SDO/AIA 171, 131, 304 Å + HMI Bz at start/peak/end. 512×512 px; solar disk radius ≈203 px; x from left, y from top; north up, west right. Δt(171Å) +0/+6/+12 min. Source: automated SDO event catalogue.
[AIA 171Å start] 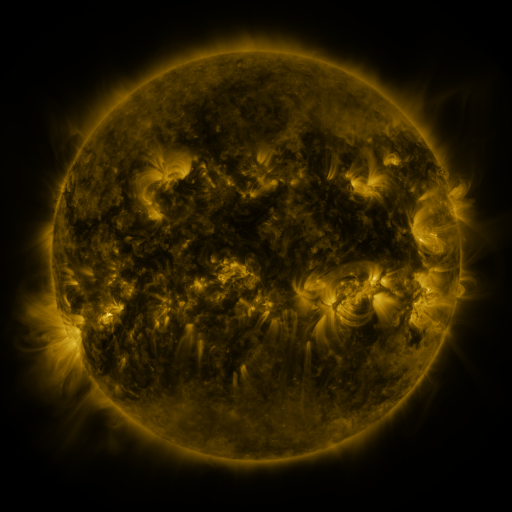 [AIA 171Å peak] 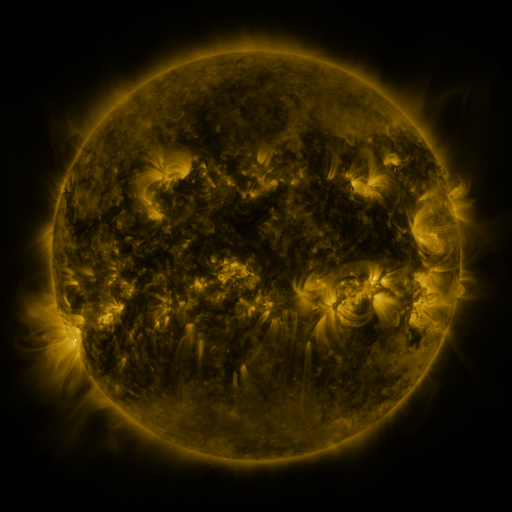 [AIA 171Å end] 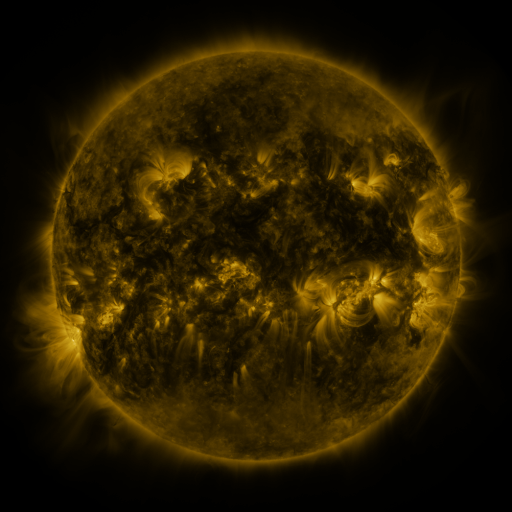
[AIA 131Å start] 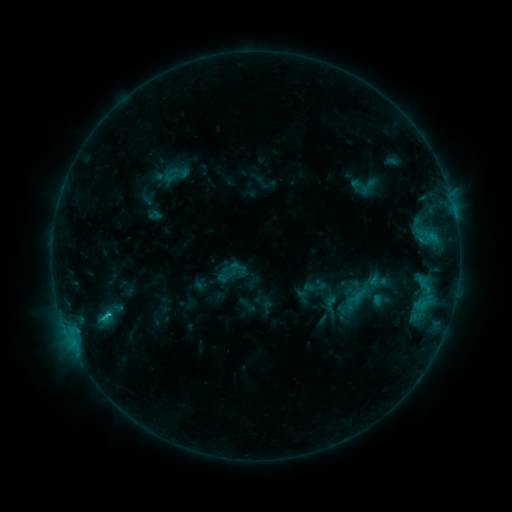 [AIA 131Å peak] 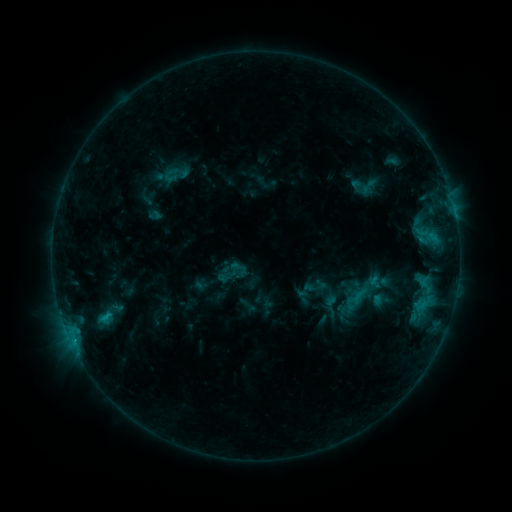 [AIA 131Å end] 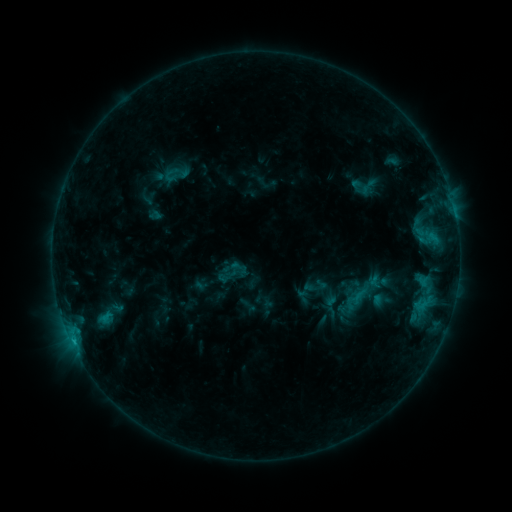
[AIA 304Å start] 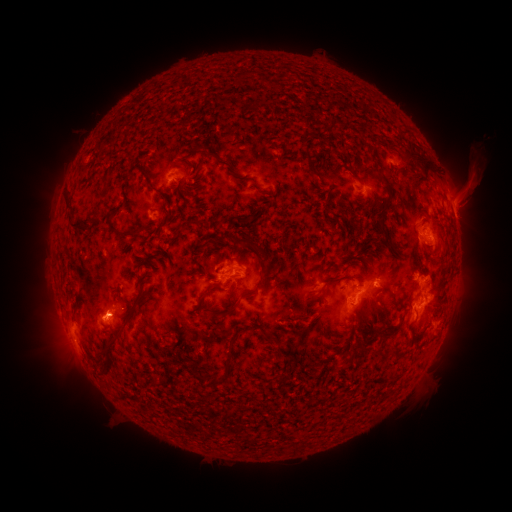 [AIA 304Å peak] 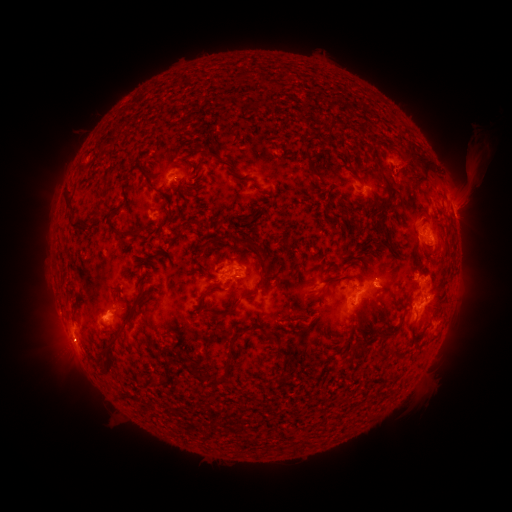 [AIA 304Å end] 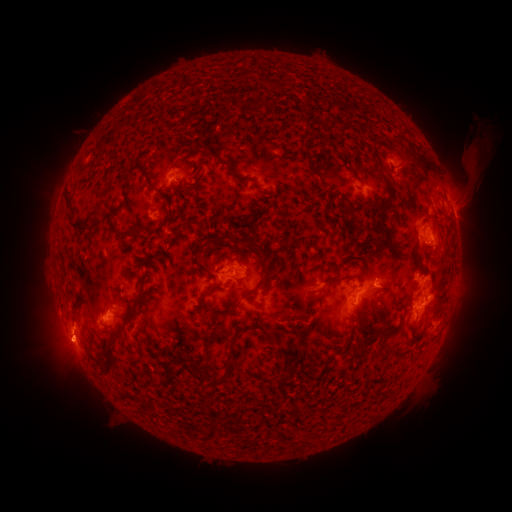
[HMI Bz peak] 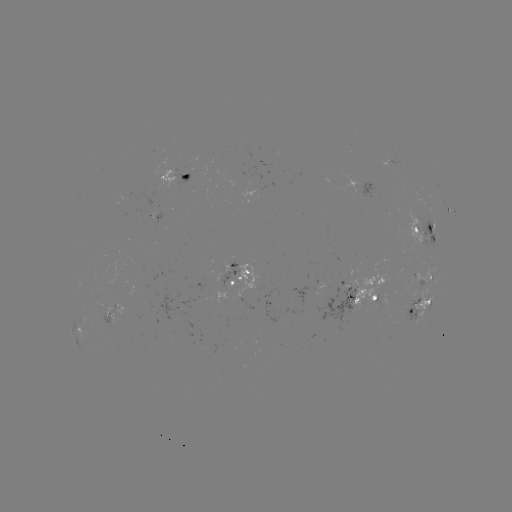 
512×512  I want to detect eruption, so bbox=[35, 319, 97, 371].